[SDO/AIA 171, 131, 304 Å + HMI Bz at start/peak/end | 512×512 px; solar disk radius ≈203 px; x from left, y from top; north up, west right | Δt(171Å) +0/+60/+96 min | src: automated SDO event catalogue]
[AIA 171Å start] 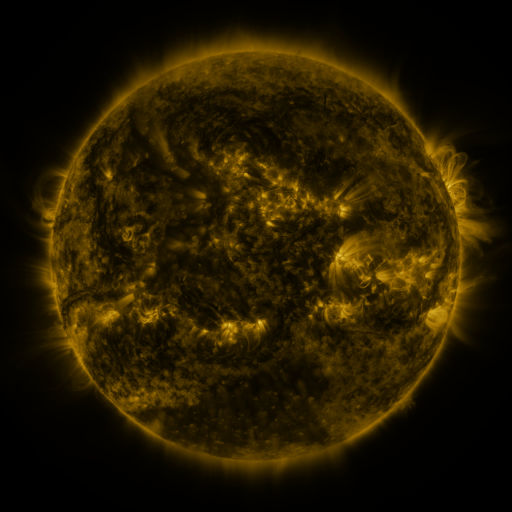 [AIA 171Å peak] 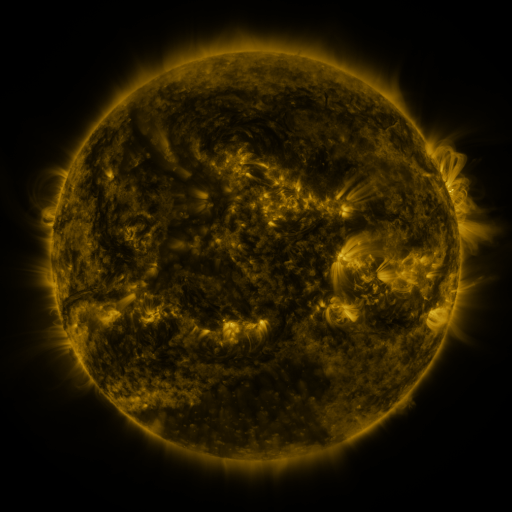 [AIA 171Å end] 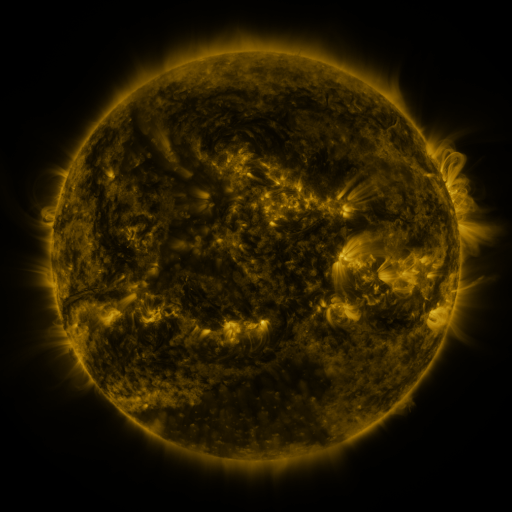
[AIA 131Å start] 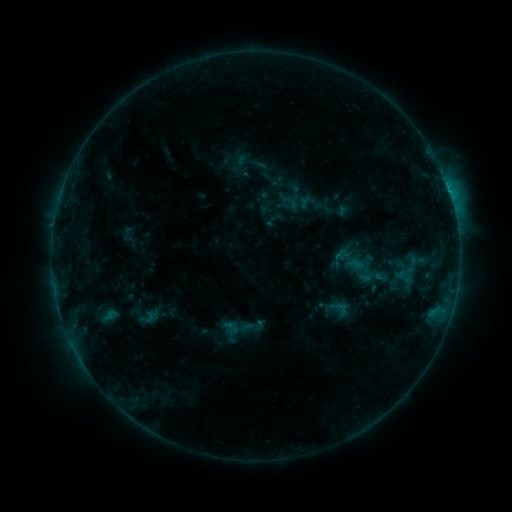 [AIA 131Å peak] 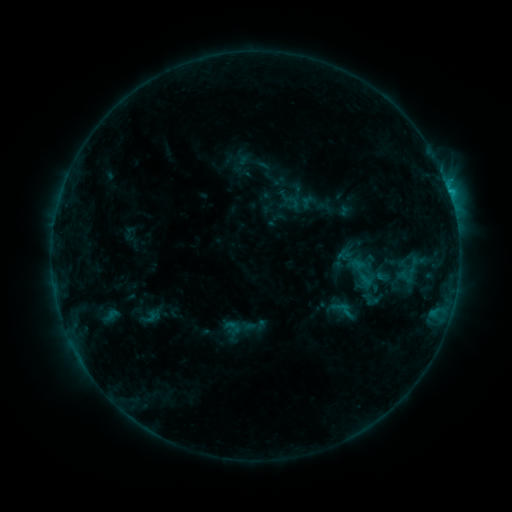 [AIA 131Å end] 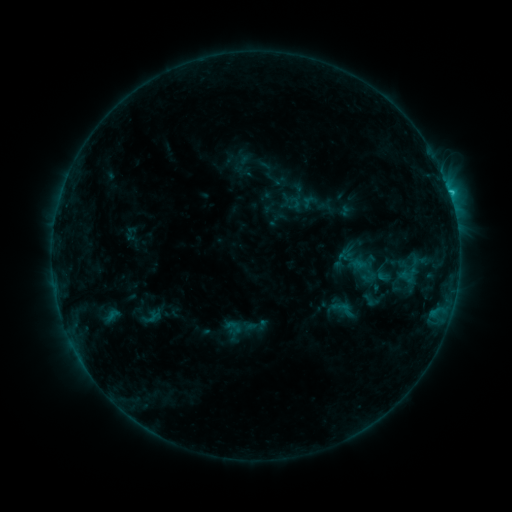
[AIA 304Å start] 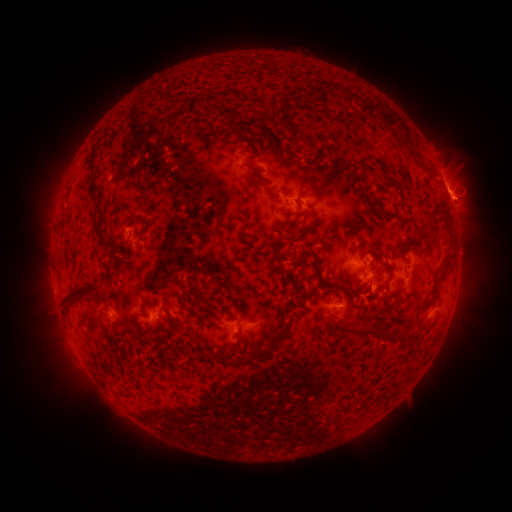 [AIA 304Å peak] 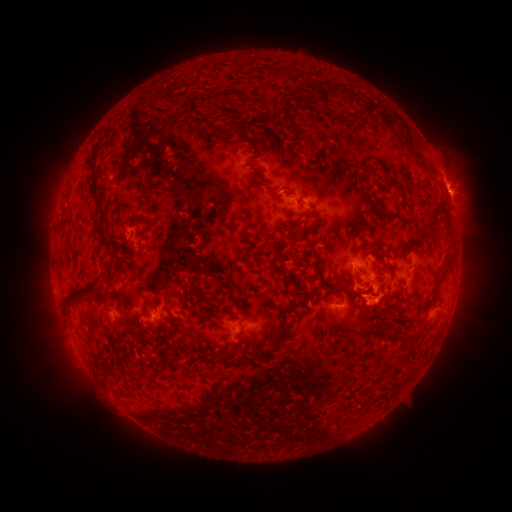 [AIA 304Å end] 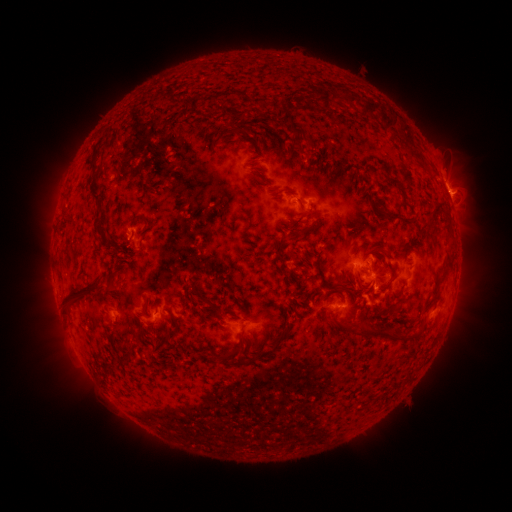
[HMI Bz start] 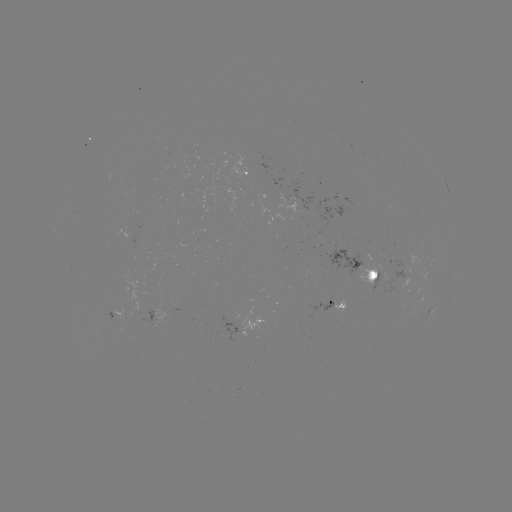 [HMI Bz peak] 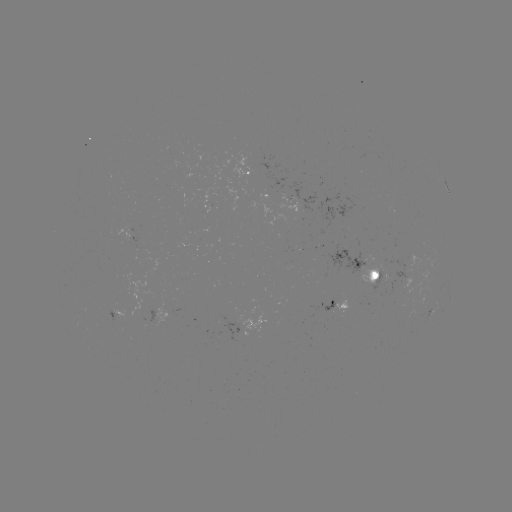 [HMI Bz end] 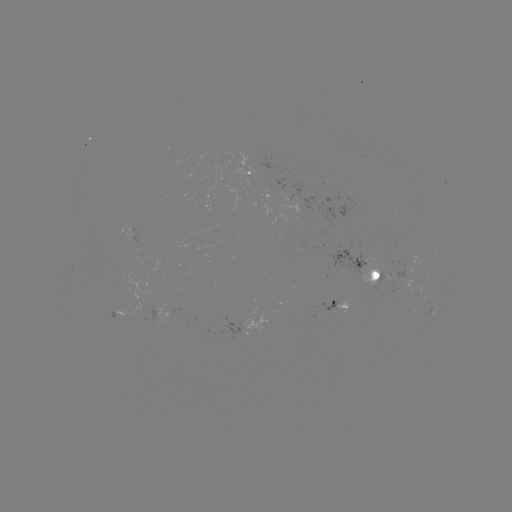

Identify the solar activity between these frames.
C1.6 flare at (367, 282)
